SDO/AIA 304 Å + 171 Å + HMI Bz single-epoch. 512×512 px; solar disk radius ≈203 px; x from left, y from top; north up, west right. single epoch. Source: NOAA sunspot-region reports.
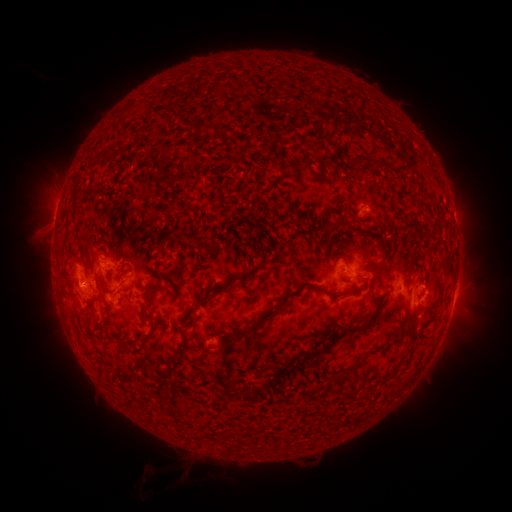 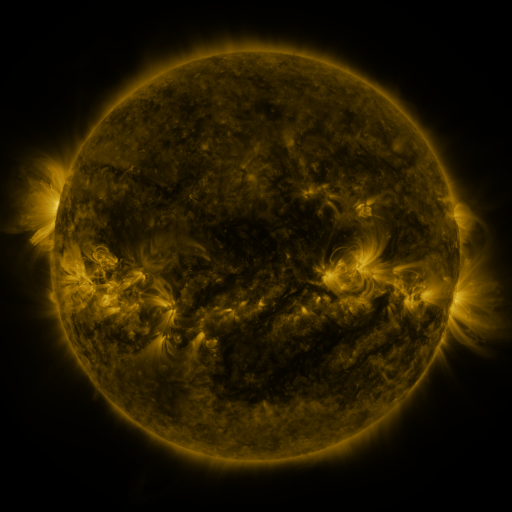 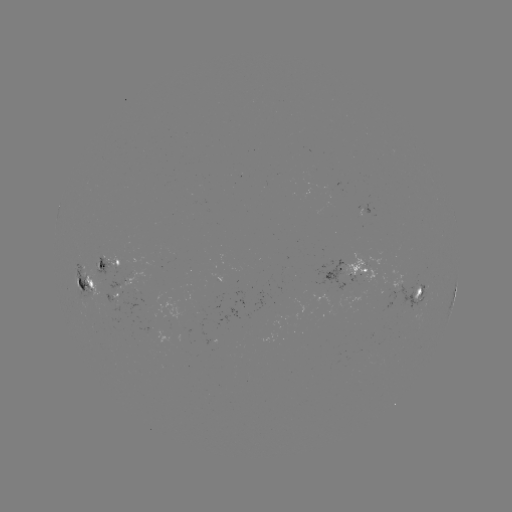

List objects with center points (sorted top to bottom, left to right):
spotted active region: (112, 259)
spotted active region: (356, 273)
spotted active region: (130, 279)
spotted active region: (88, 281)
spotted active region: (398, 284)
spotted active region: (419, 294)
spotted active region: (454, 297)
spotted active region: (113, 298)
